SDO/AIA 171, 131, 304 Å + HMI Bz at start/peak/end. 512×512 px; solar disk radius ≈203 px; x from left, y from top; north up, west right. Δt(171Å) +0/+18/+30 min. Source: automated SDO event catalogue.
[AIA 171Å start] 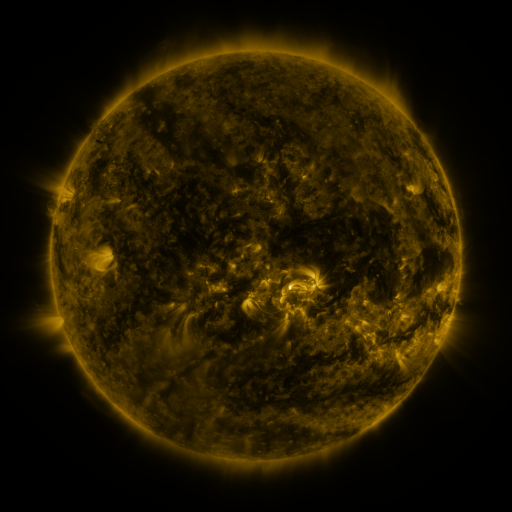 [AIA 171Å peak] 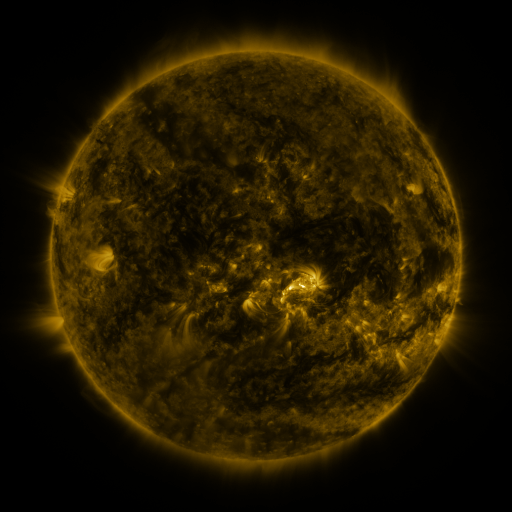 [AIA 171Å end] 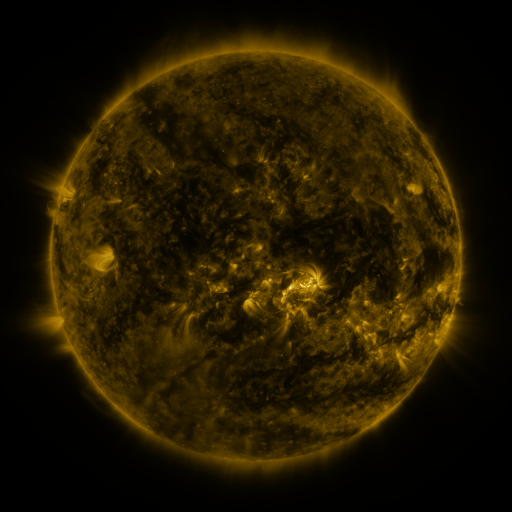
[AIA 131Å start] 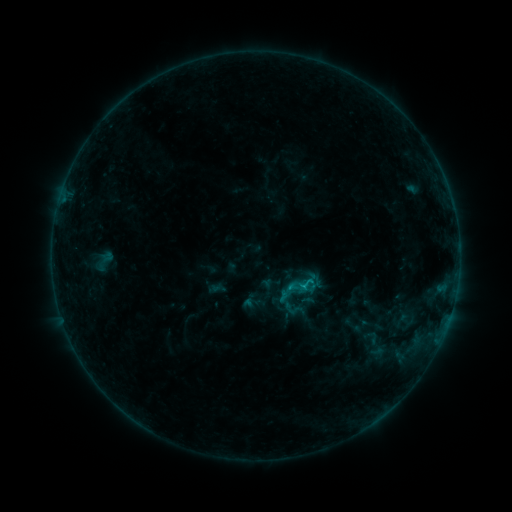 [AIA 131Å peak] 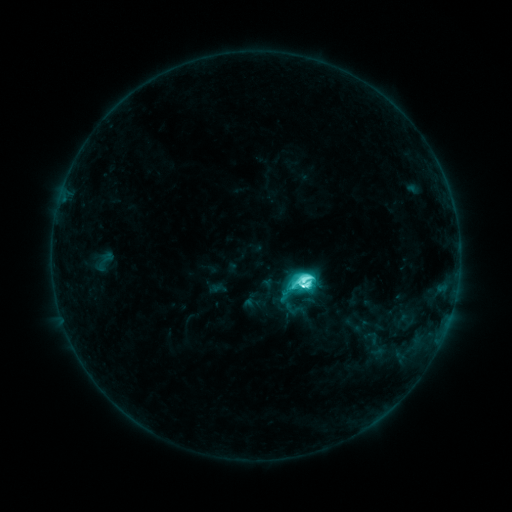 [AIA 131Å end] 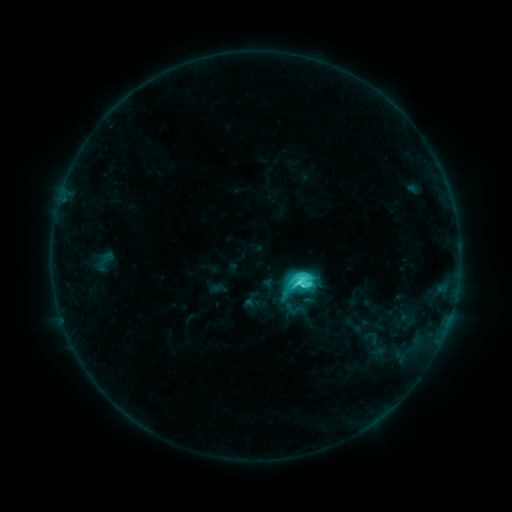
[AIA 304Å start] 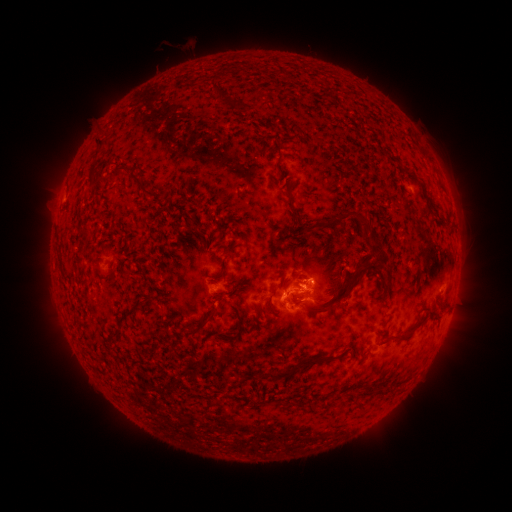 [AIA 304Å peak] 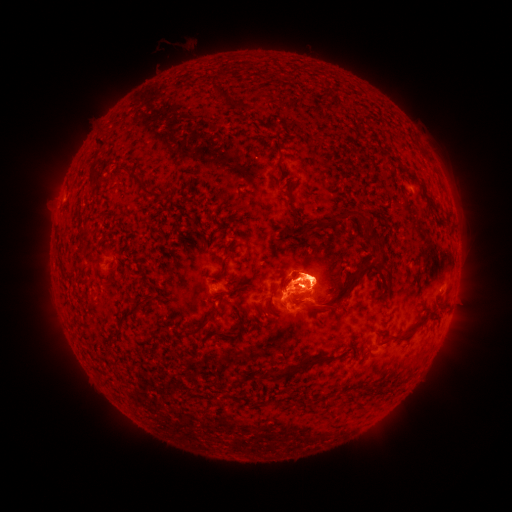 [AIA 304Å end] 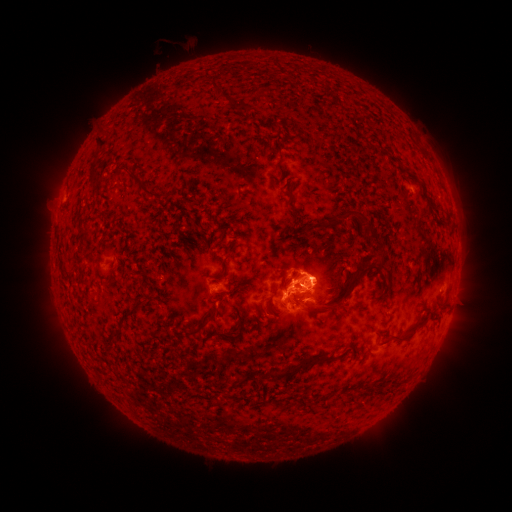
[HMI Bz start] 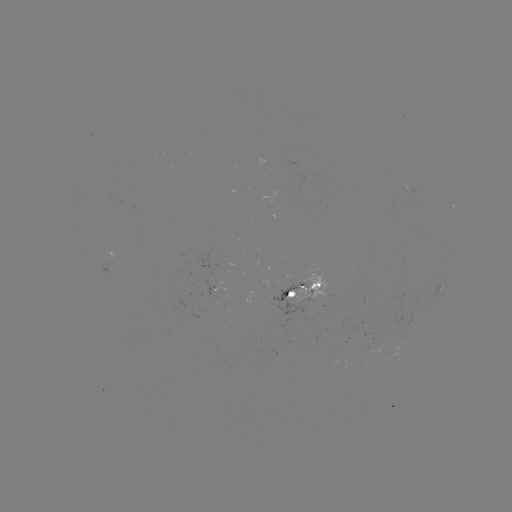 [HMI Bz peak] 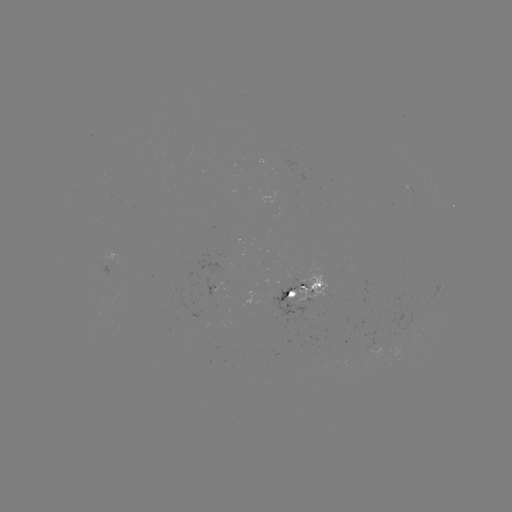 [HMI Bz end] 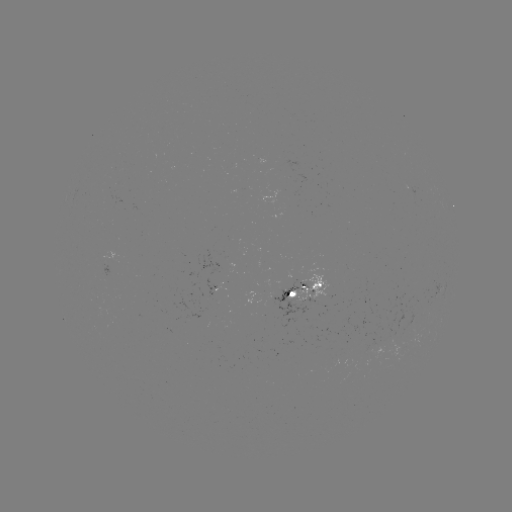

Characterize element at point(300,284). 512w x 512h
M1.3 flare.